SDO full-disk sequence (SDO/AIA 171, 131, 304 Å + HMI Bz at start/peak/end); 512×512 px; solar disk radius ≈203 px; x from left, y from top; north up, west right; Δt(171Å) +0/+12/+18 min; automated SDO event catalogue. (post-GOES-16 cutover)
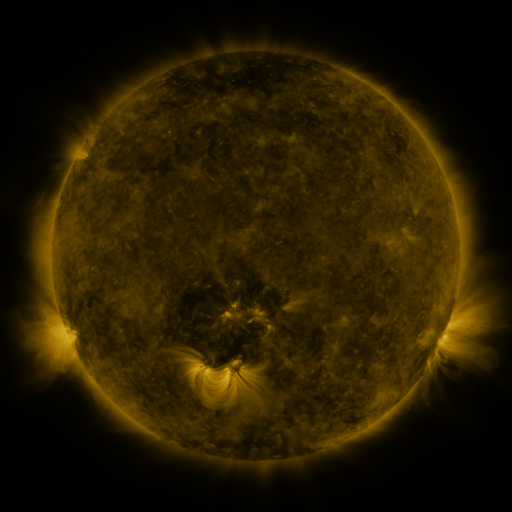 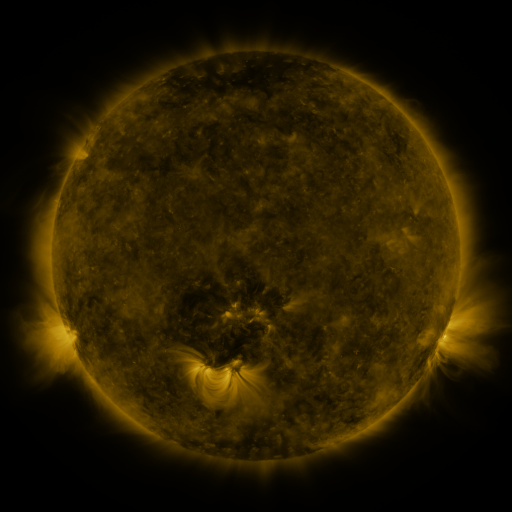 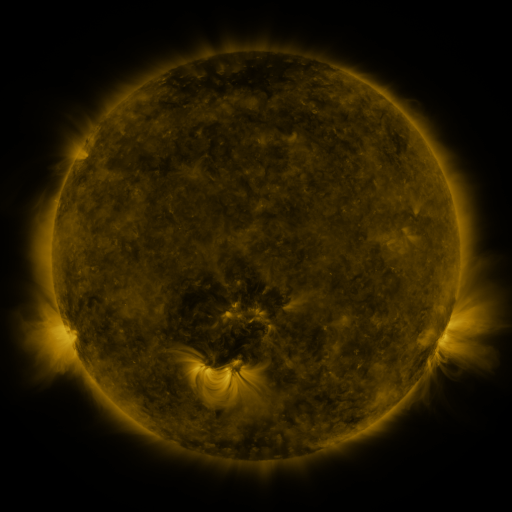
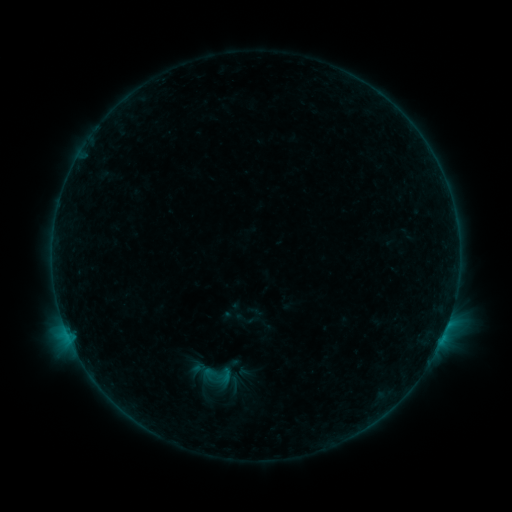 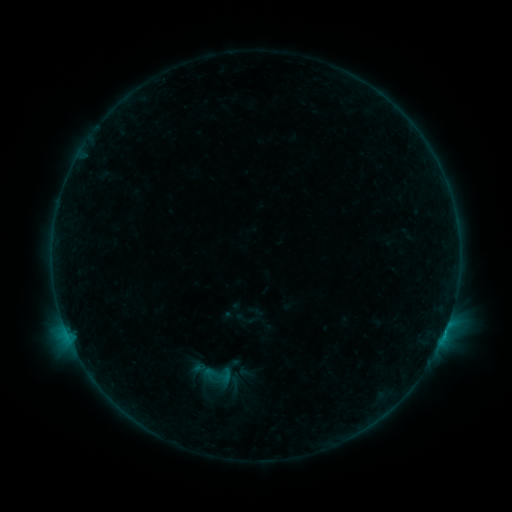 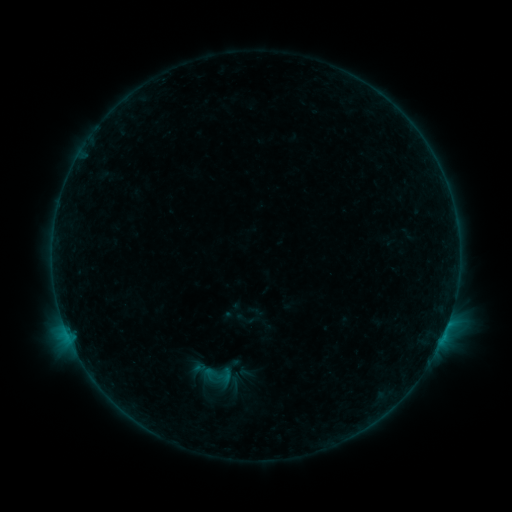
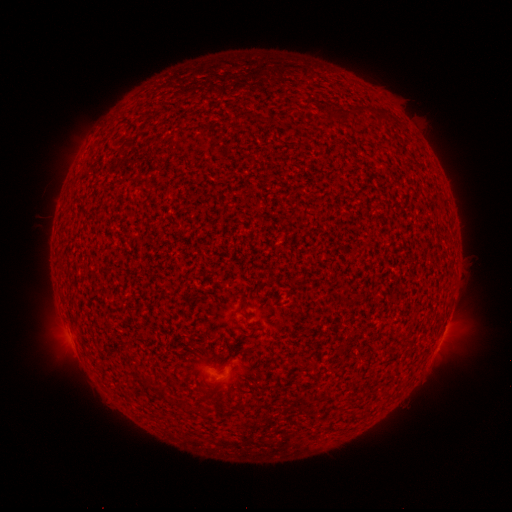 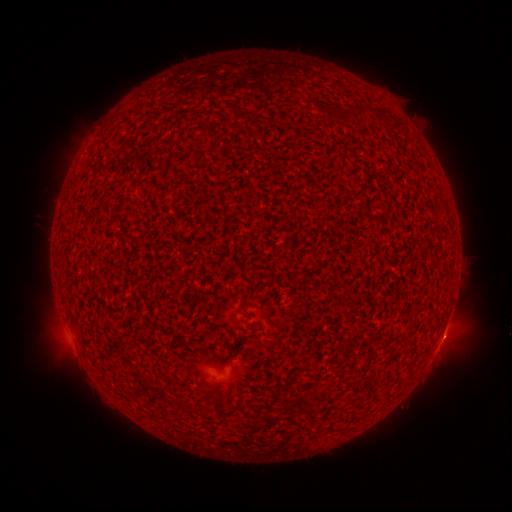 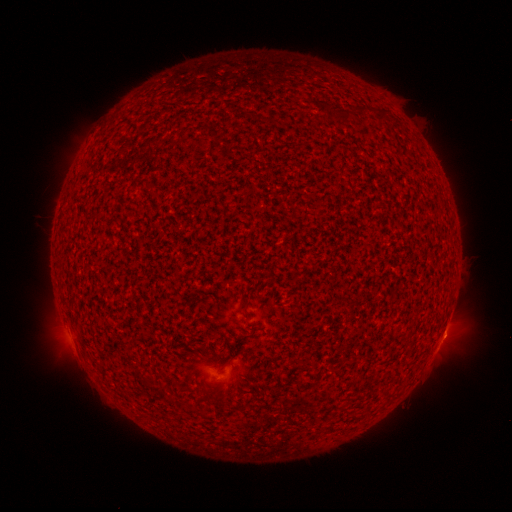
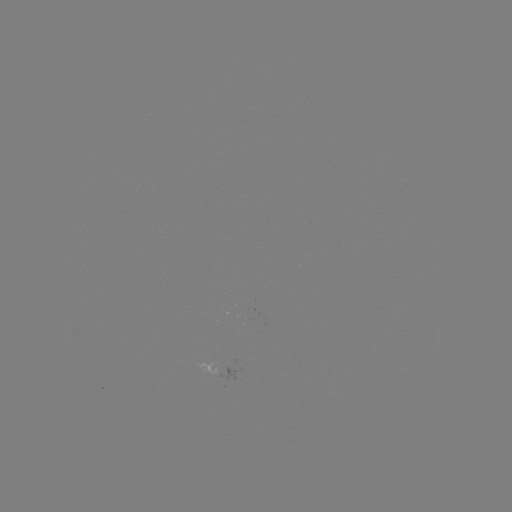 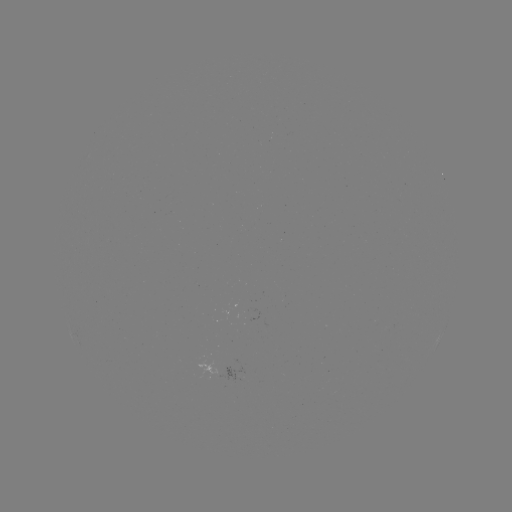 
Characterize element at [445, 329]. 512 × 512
B2.1 flare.